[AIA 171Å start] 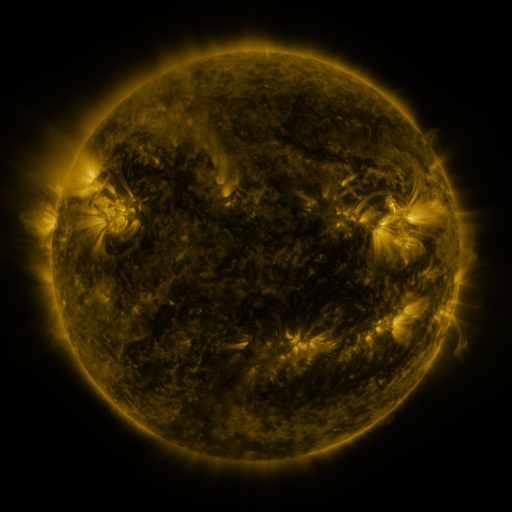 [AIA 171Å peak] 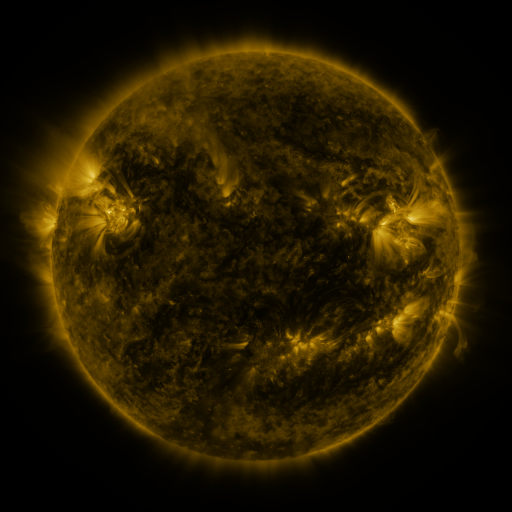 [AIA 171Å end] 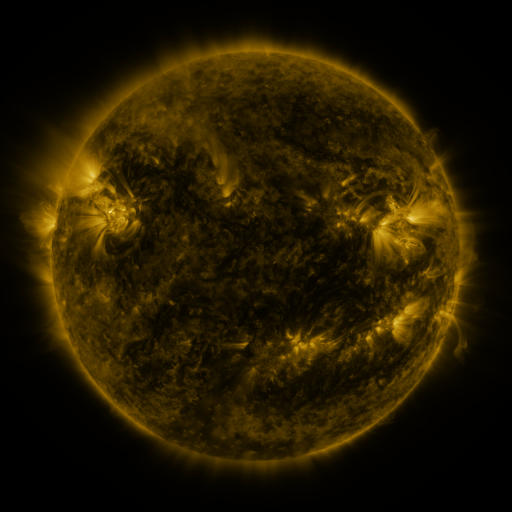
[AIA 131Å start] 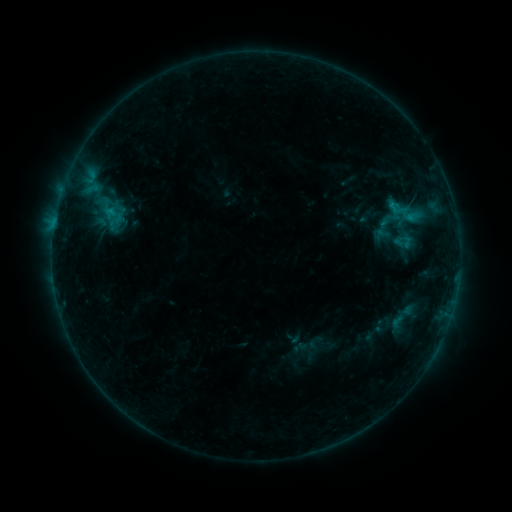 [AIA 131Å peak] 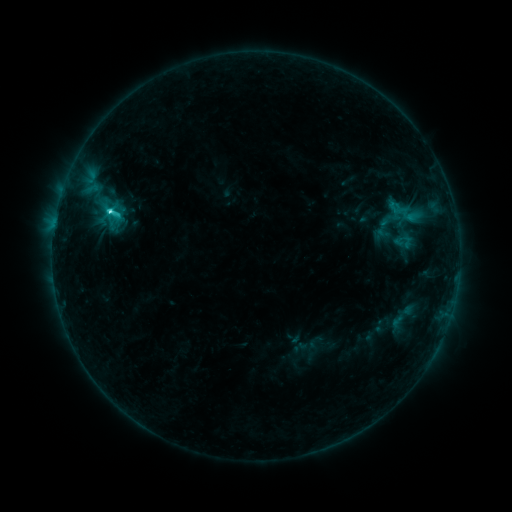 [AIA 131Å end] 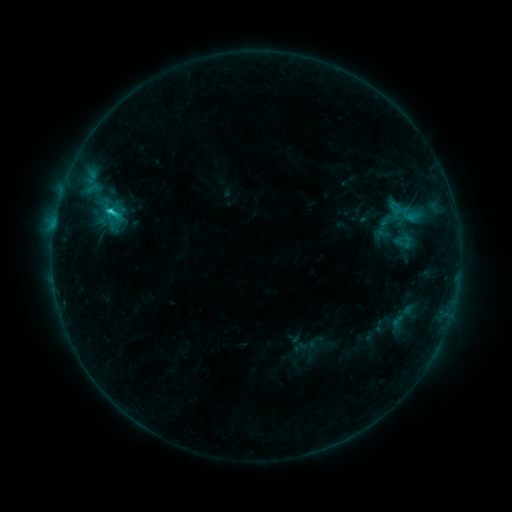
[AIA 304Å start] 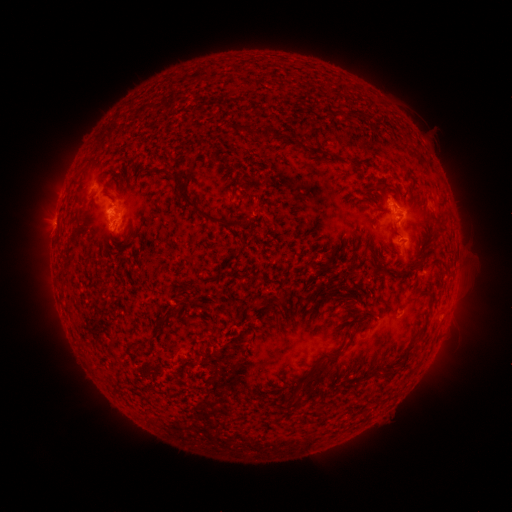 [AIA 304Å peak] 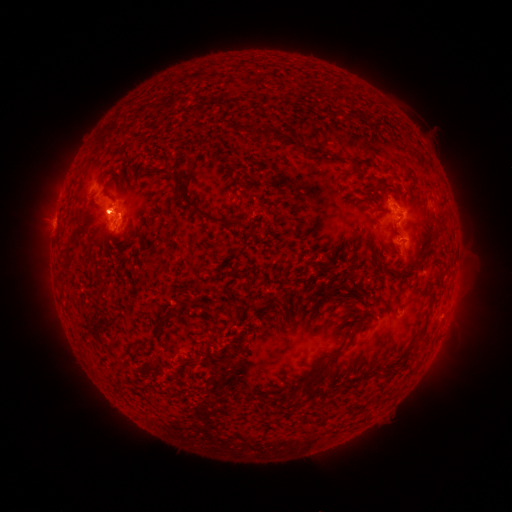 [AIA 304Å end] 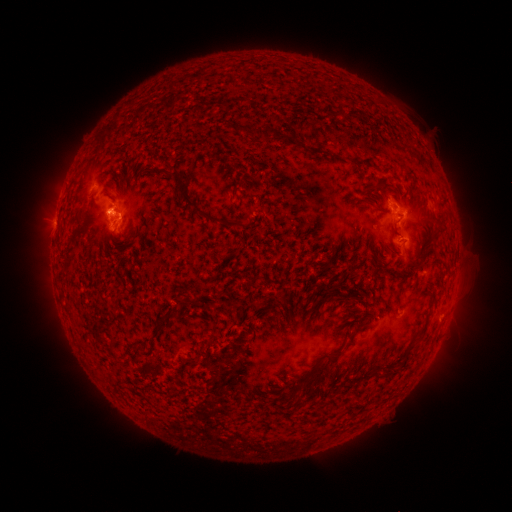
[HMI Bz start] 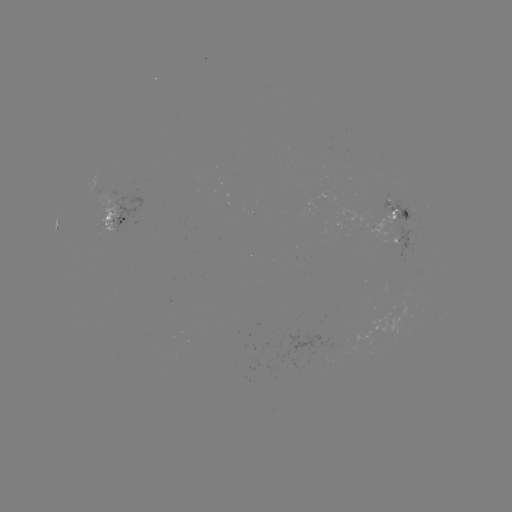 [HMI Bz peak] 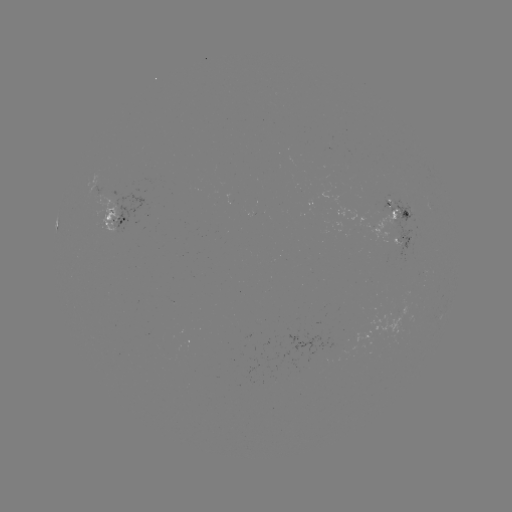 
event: flare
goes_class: C2.4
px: (110, 214)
